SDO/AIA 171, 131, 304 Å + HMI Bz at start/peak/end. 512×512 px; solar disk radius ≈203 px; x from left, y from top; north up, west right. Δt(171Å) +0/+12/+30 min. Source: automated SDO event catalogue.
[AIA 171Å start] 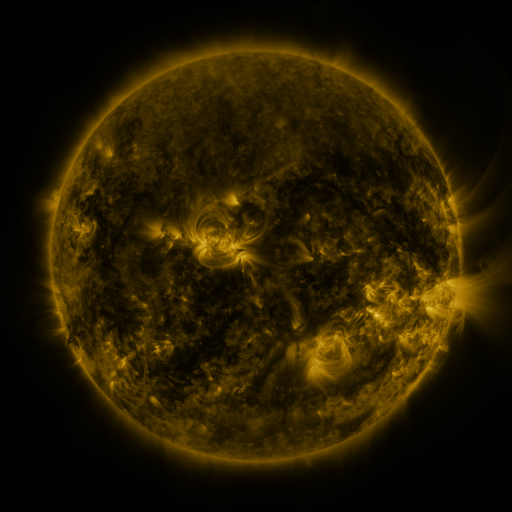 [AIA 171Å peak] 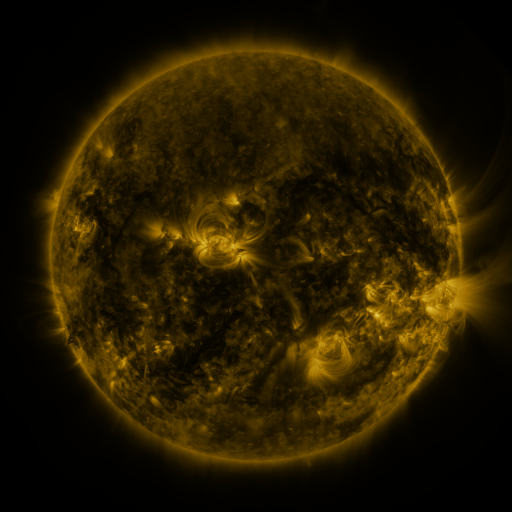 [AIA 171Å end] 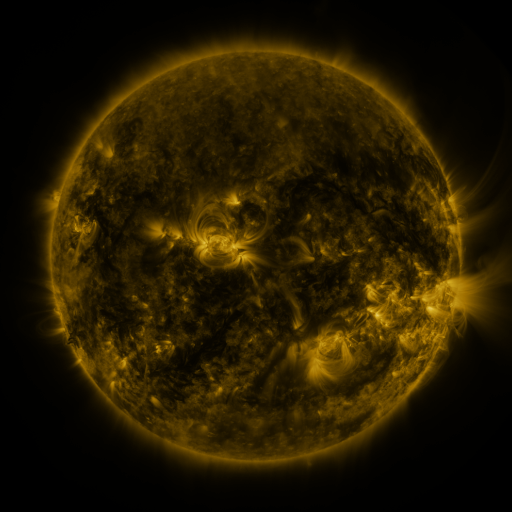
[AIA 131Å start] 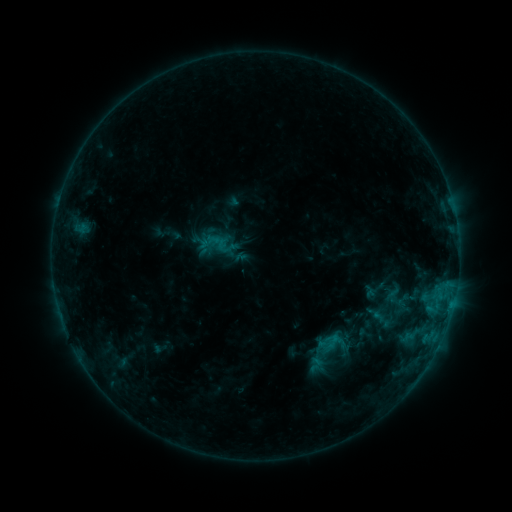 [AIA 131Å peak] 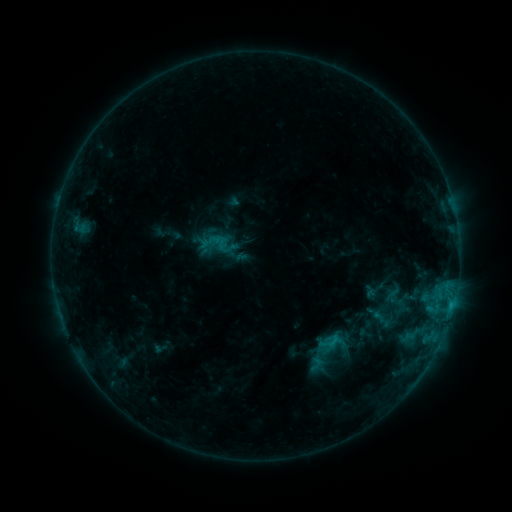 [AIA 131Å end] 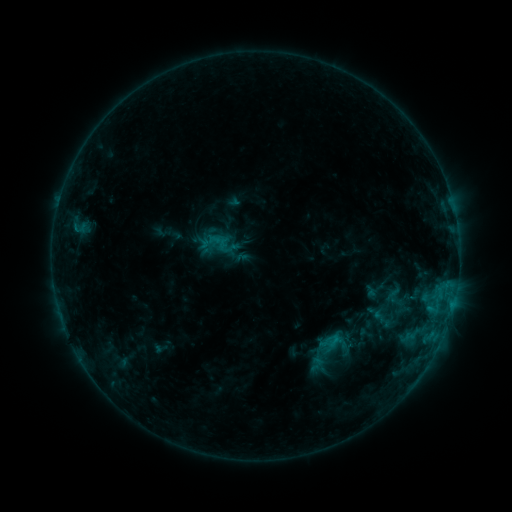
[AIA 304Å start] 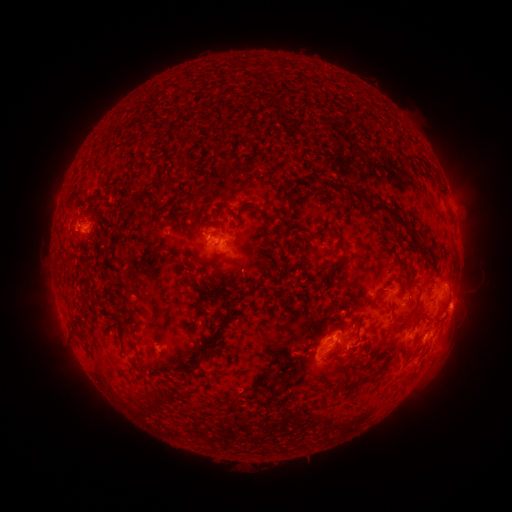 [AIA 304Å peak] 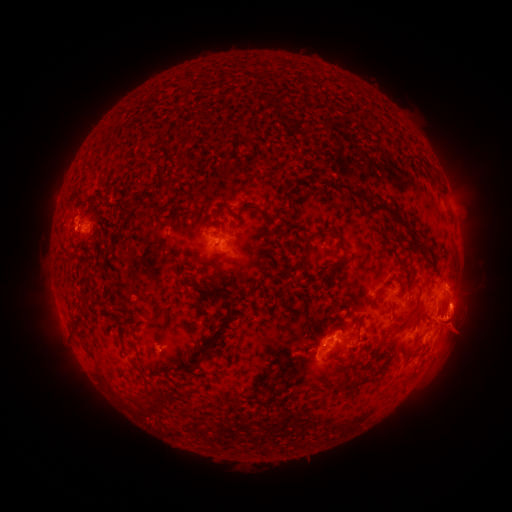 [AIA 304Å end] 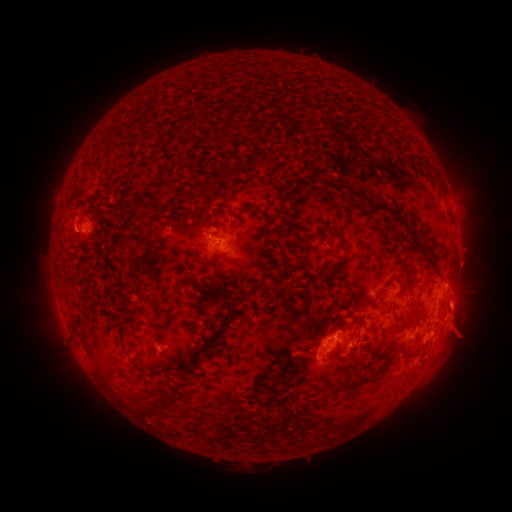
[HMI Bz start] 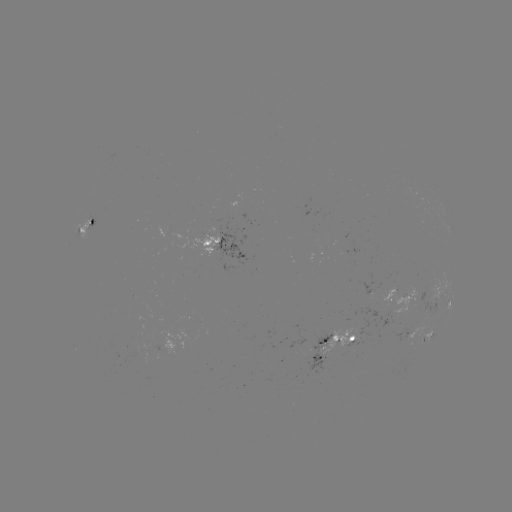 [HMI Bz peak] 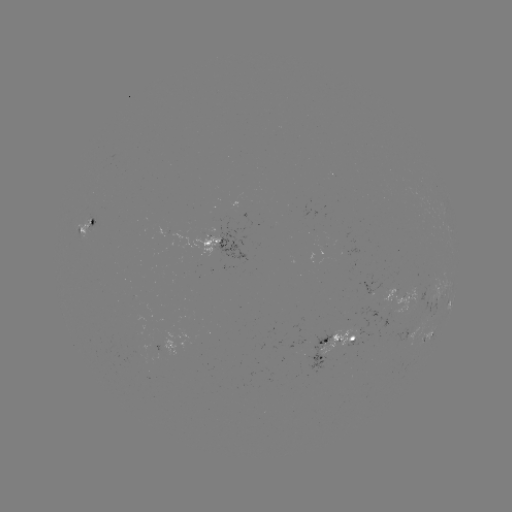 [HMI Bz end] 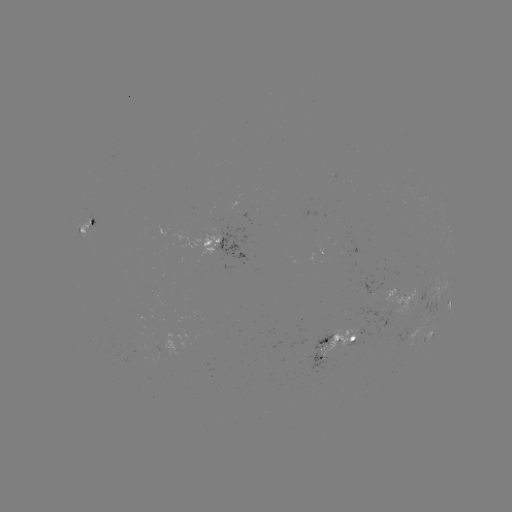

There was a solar eruption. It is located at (456, 322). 